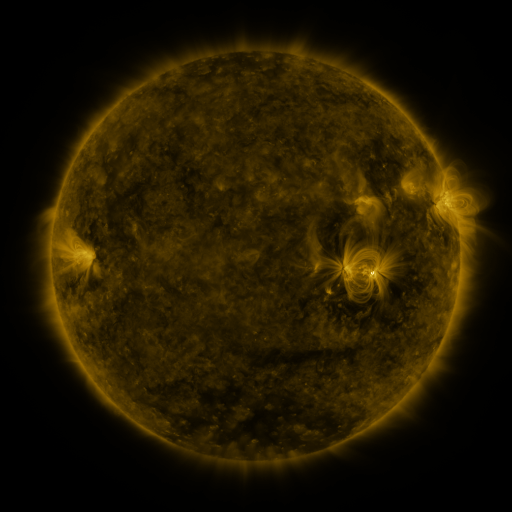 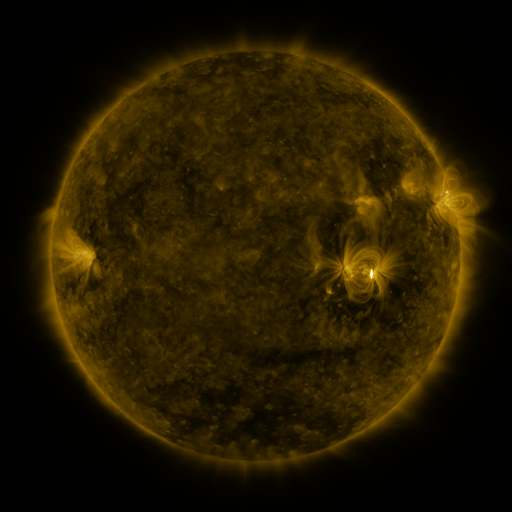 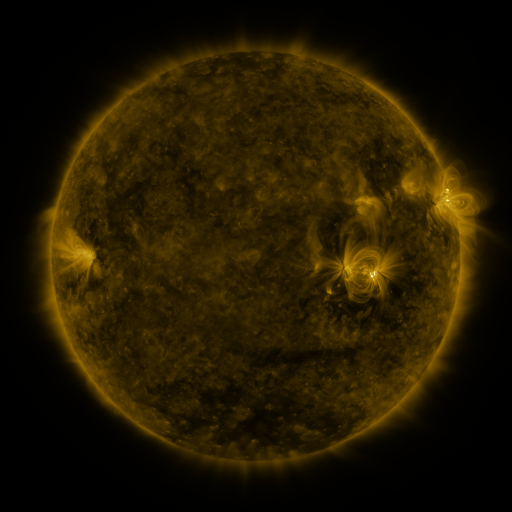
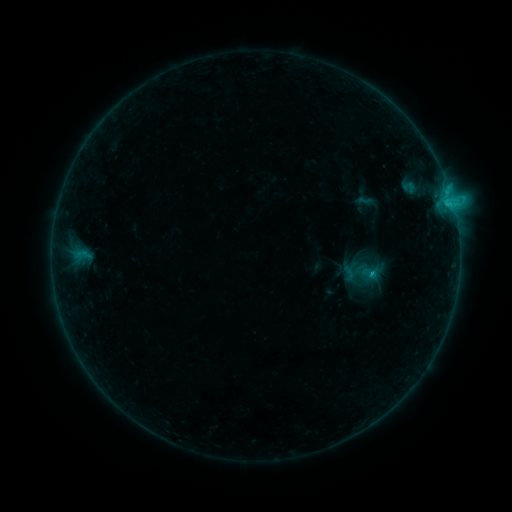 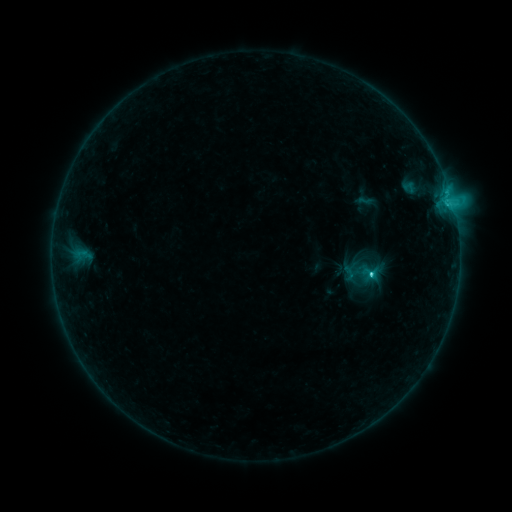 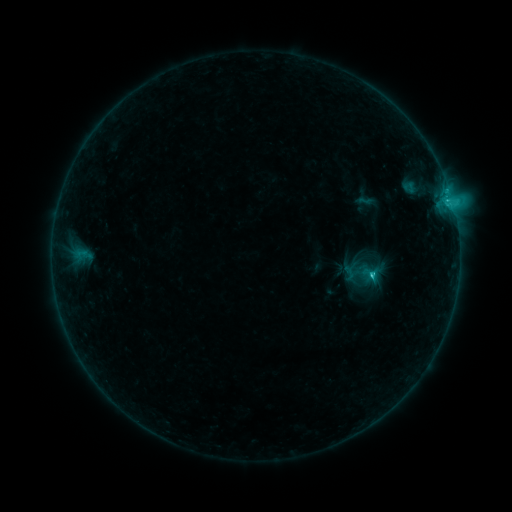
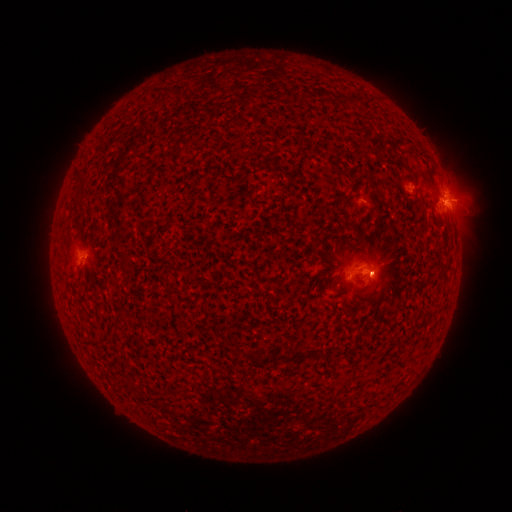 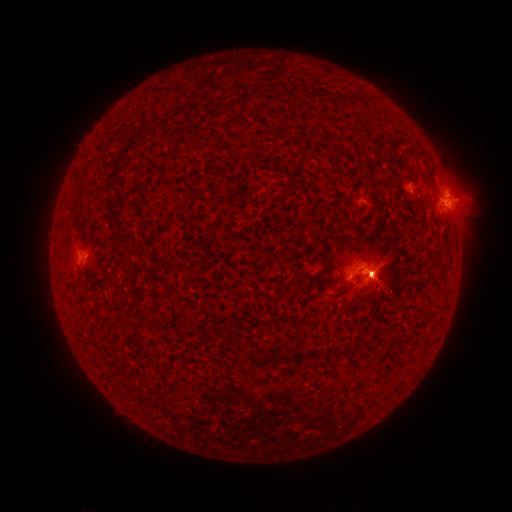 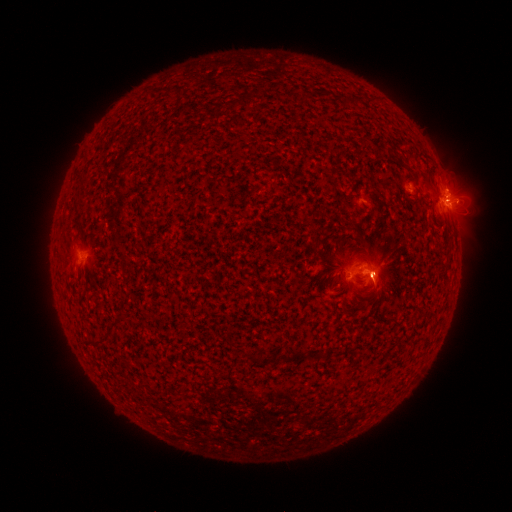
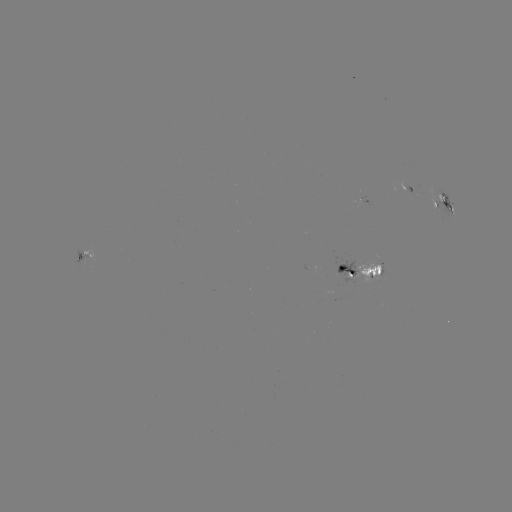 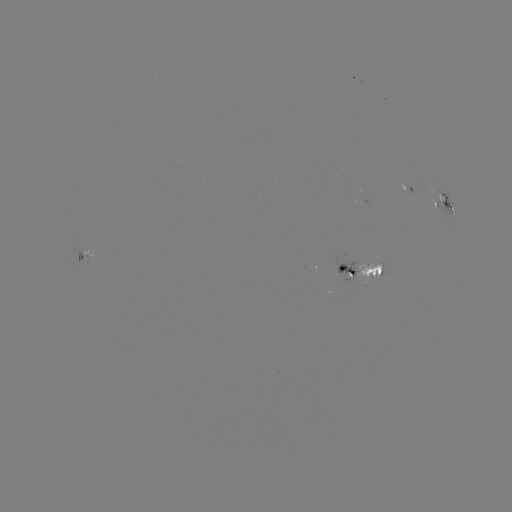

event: eruption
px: (381, 267)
